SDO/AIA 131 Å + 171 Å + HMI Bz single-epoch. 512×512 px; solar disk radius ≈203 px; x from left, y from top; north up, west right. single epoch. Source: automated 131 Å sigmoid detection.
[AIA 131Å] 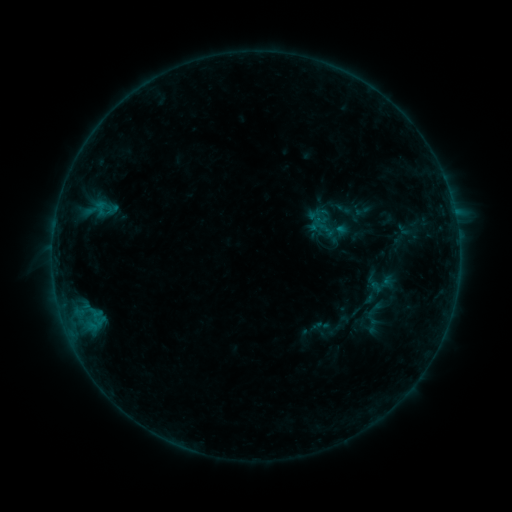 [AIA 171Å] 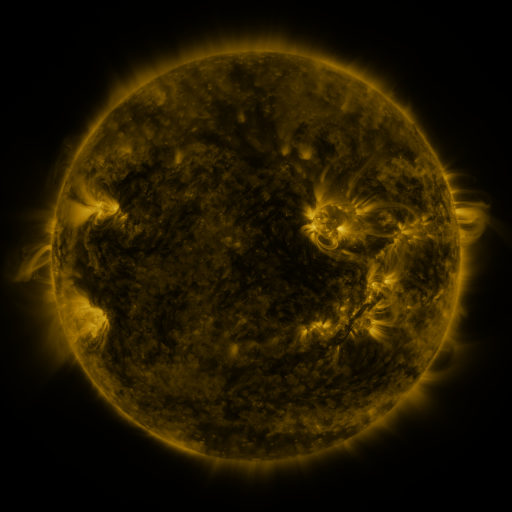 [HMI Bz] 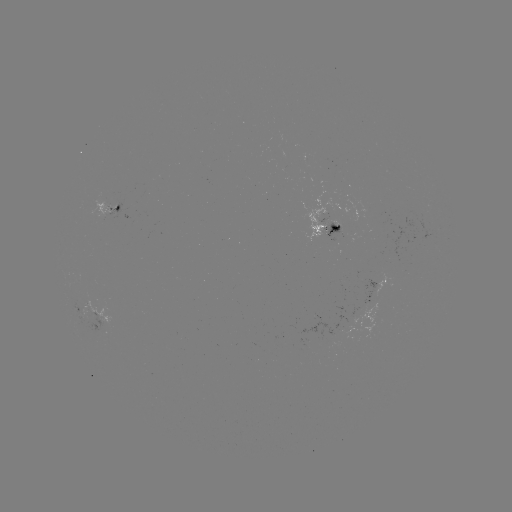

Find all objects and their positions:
sigmoid: (343, 209)
sigmoid: (375, 309)
sigmoid: (322, 326)
